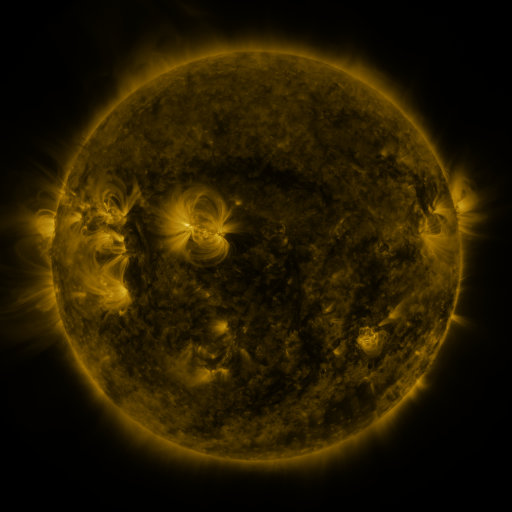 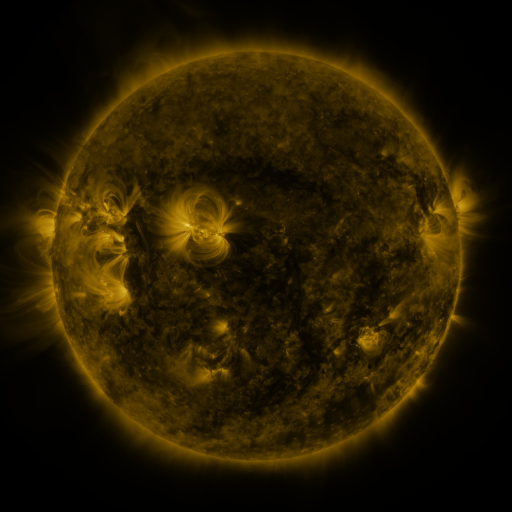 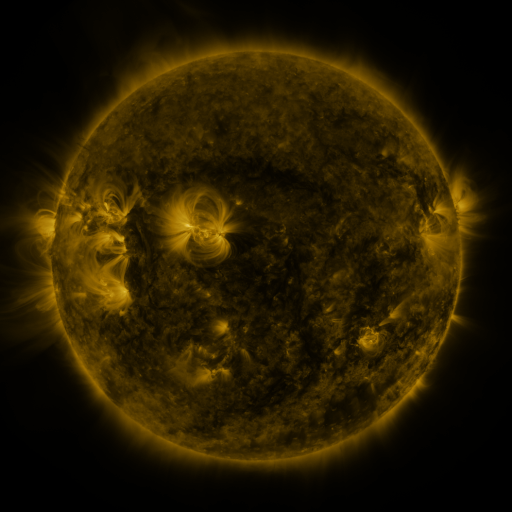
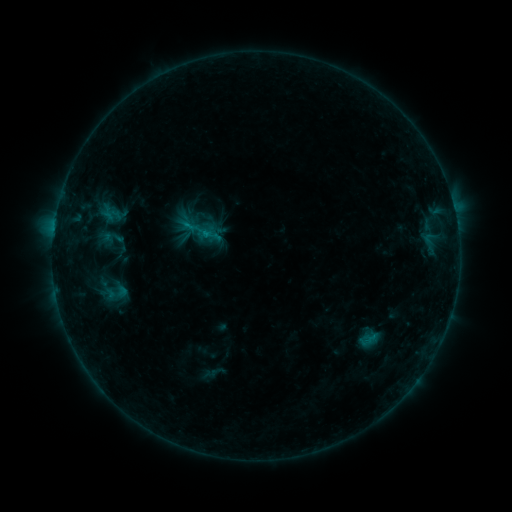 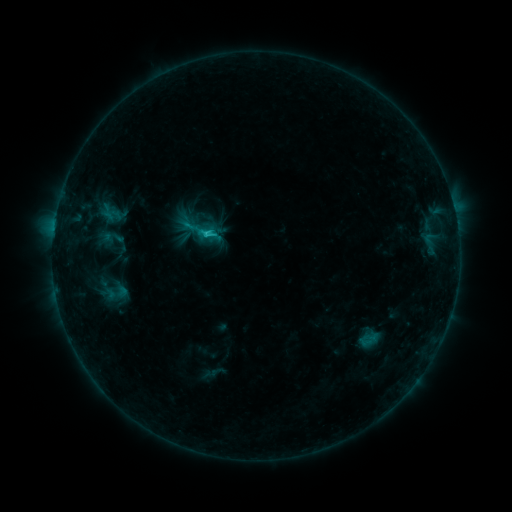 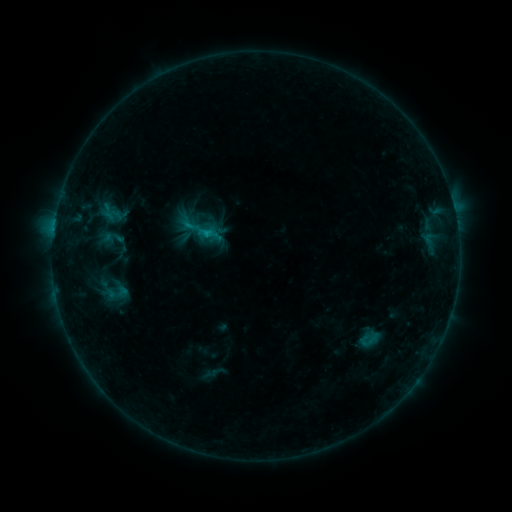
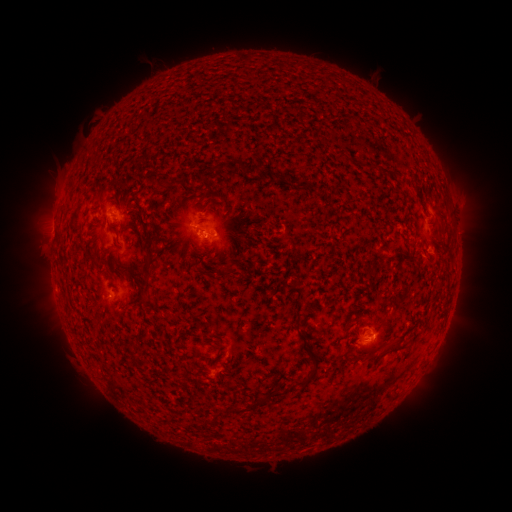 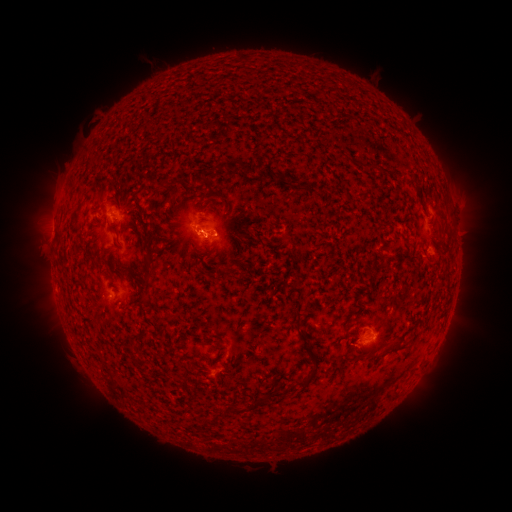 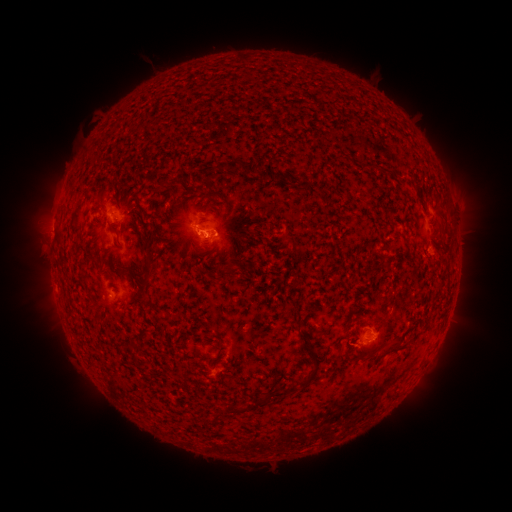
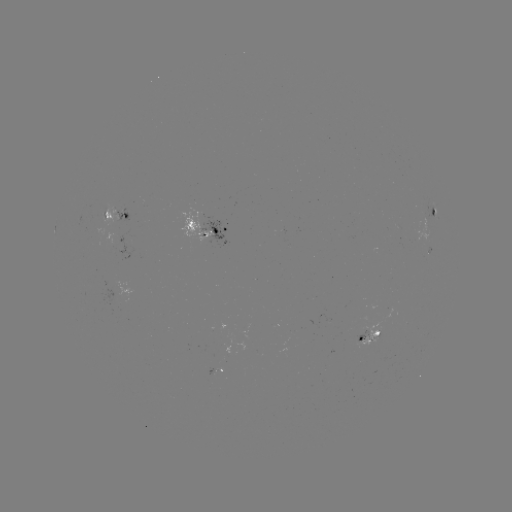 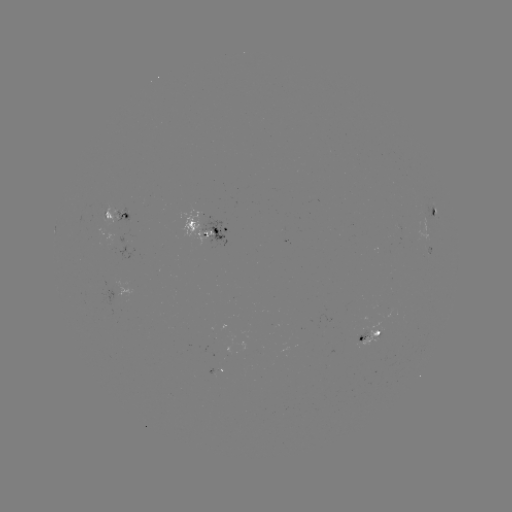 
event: flare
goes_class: C1.0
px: (207, 236)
